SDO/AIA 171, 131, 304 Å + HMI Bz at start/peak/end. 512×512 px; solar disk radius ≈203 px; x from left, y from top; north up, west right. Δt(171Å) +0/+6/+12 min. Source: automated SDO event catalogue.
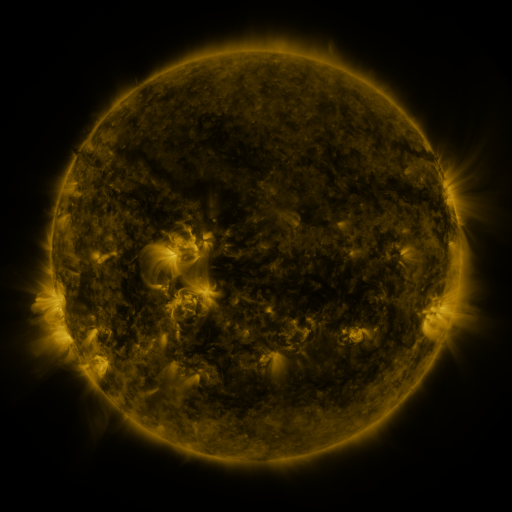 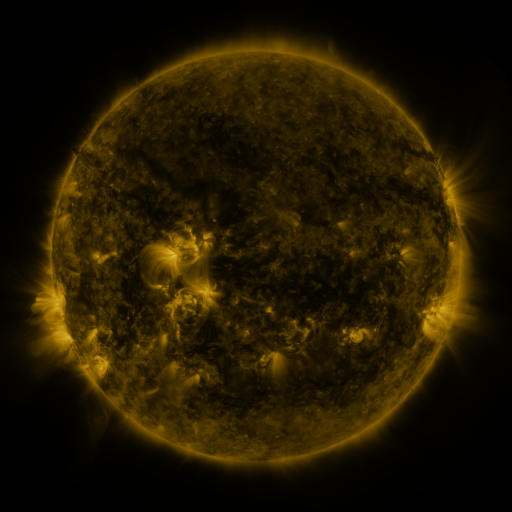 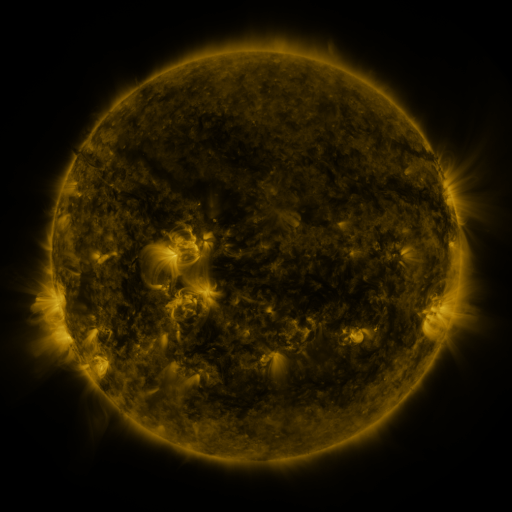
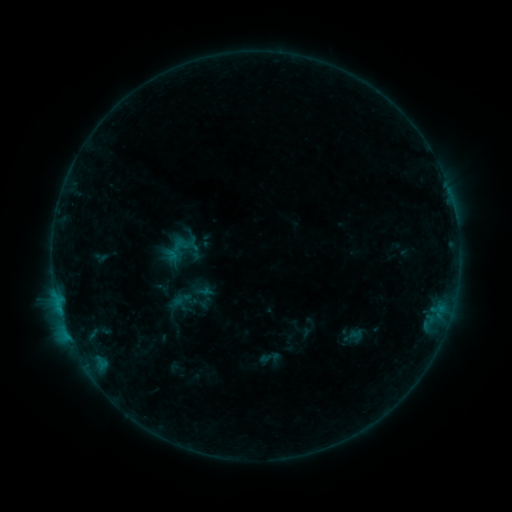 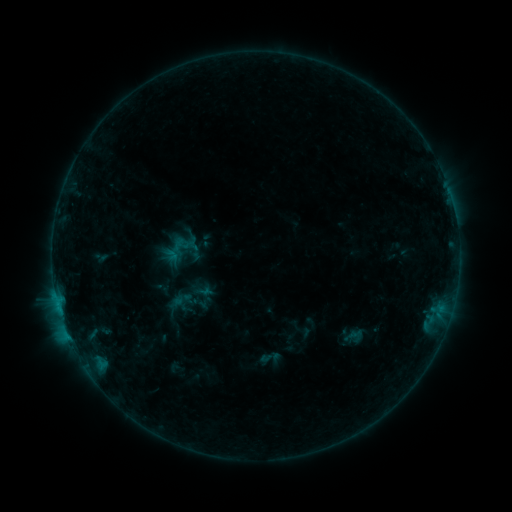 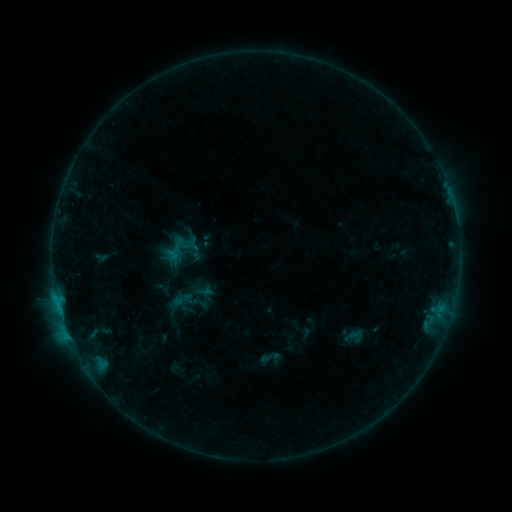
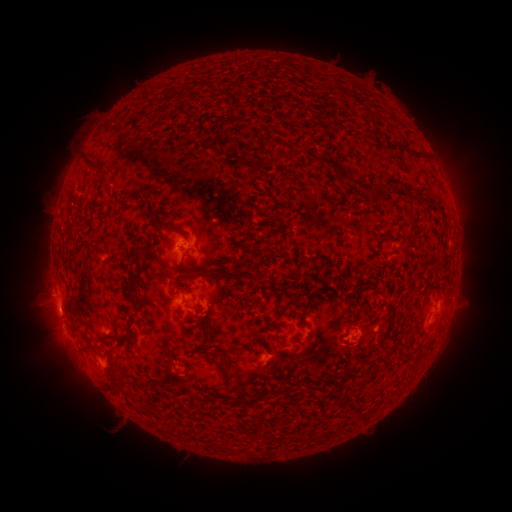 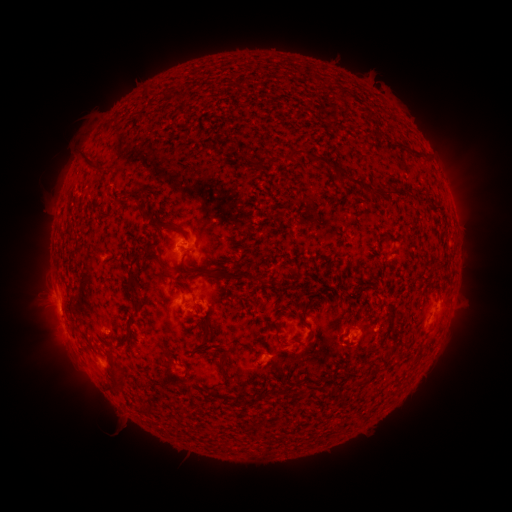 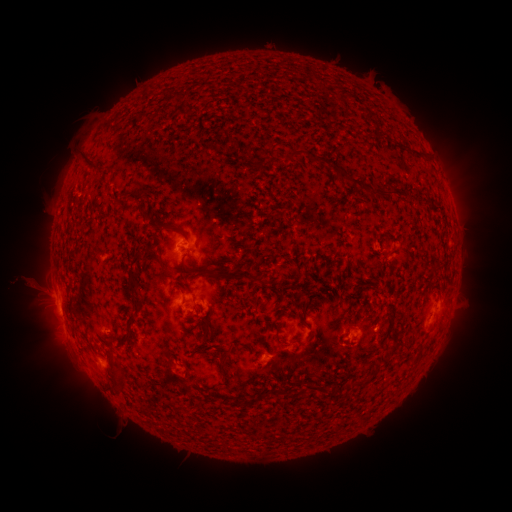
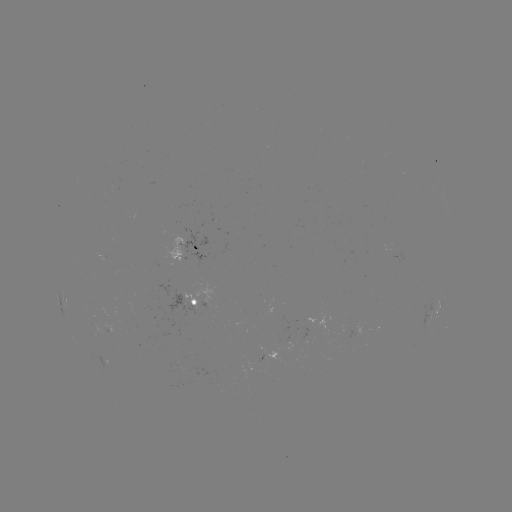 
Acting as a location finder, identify eruption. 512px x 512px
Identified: [46, 297].